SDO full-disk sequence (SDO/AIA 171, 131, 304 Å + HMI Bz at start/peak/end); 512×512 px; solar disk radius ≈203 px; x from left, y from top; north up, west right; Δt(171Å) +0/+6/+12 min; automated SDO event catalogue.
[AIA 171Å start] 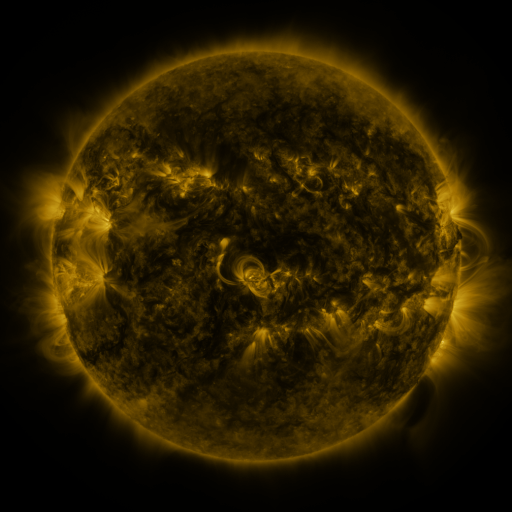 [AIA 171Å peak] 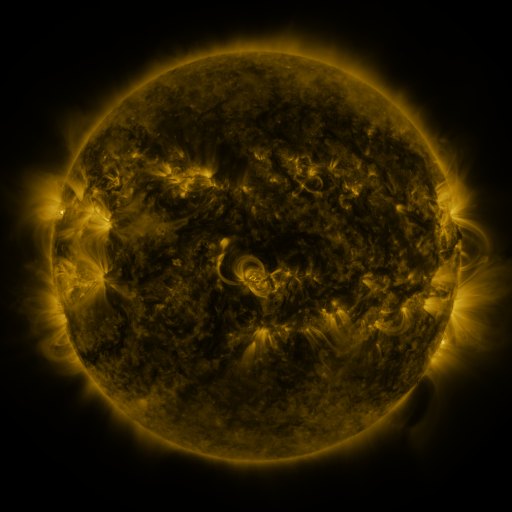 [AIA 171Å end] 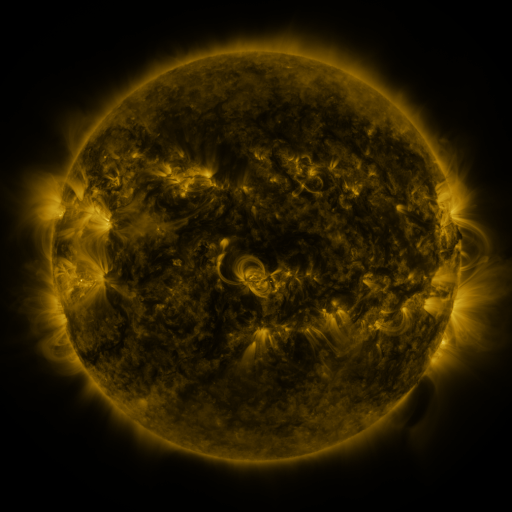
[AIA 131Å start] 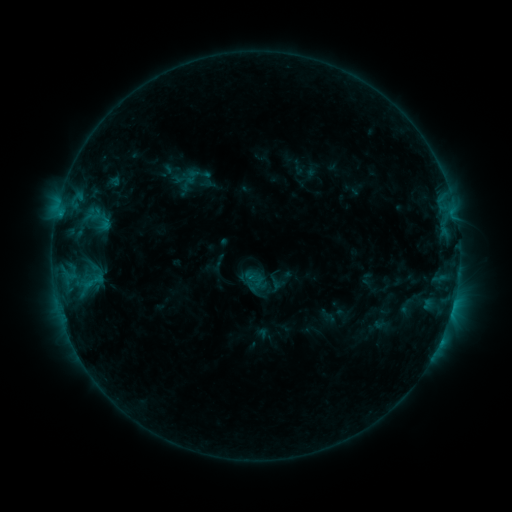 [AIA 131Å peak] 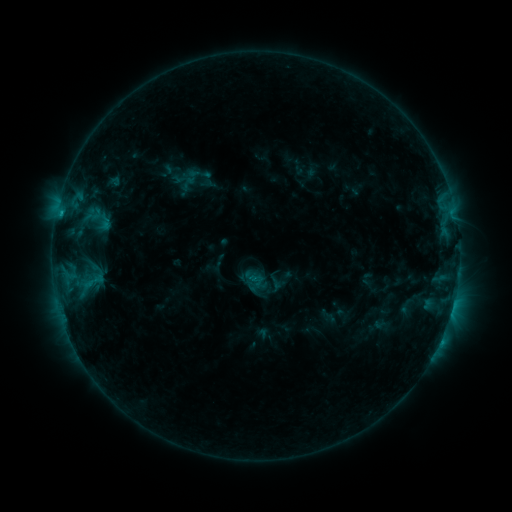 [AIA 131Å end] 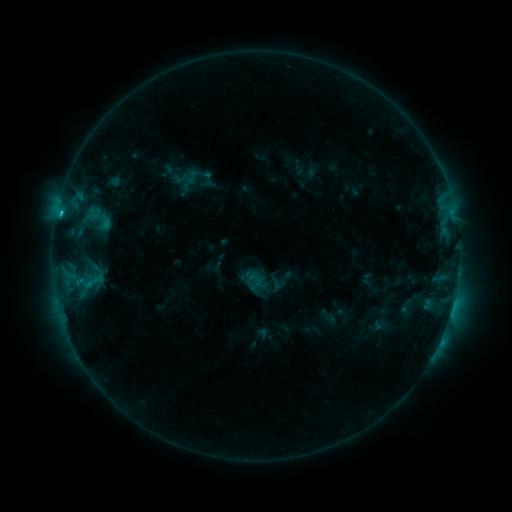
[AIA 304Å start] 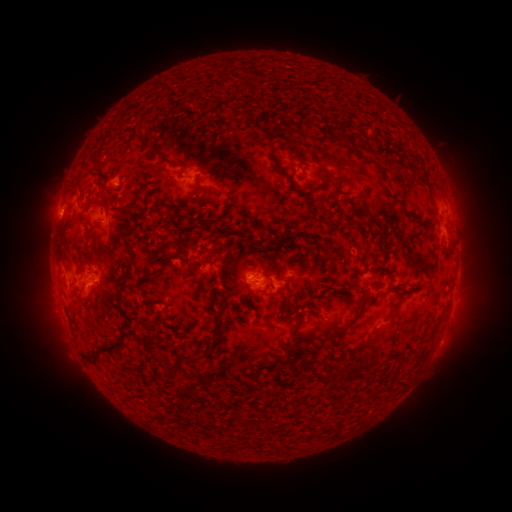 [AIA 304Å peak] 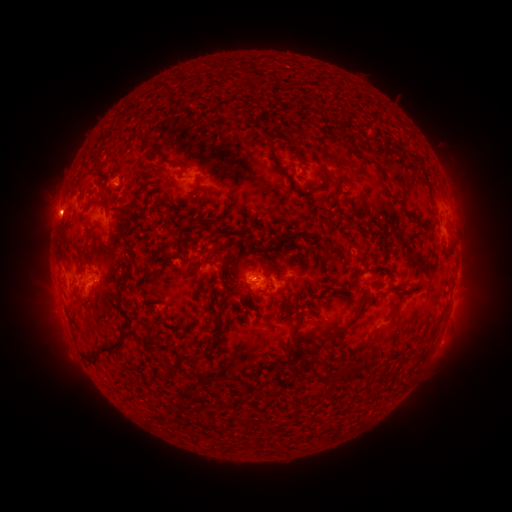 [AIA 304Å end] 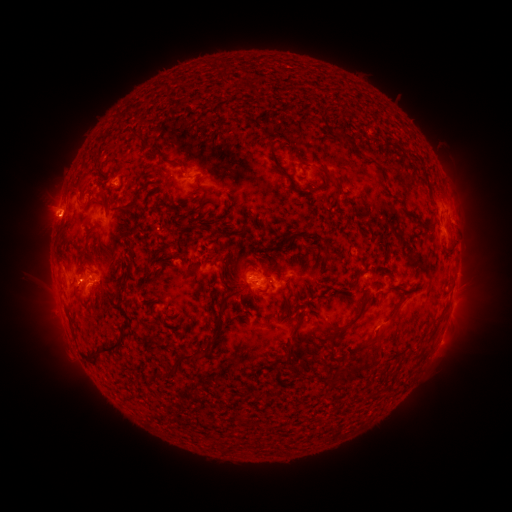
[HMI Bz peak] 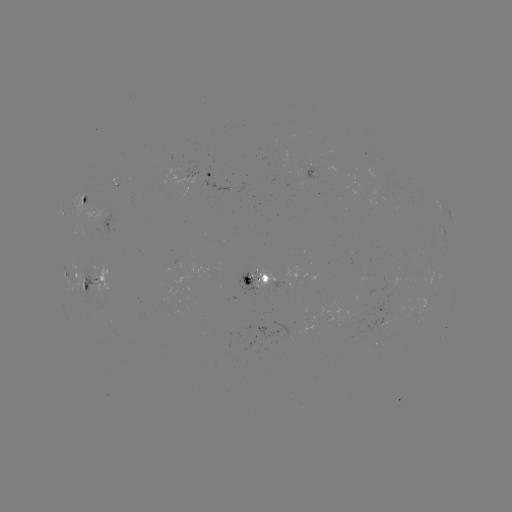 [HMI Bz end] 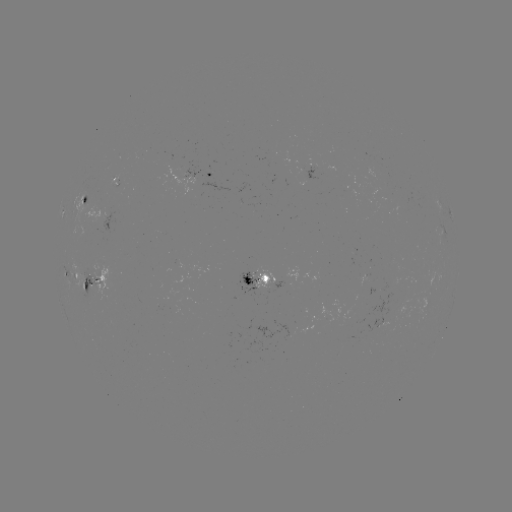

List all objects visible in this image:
eruption: (54, 219)
